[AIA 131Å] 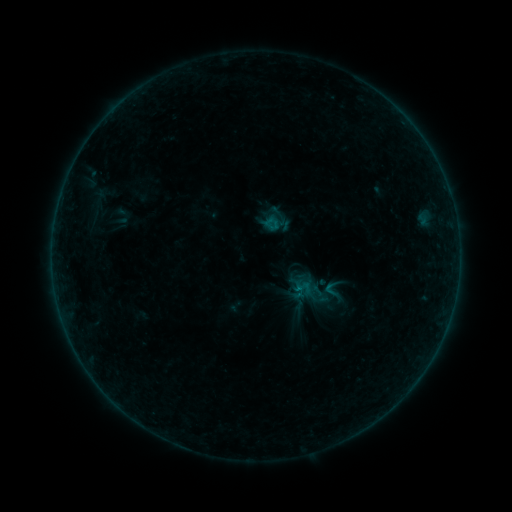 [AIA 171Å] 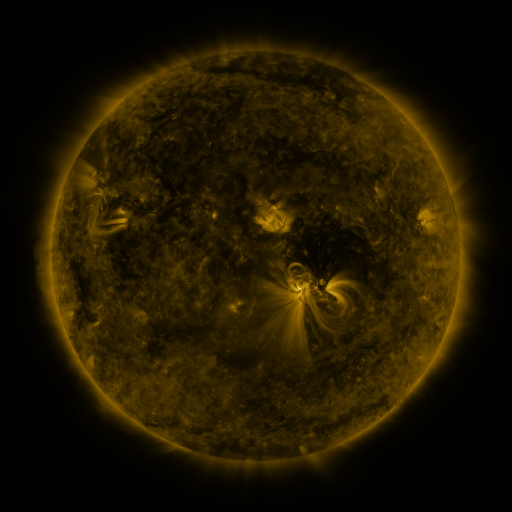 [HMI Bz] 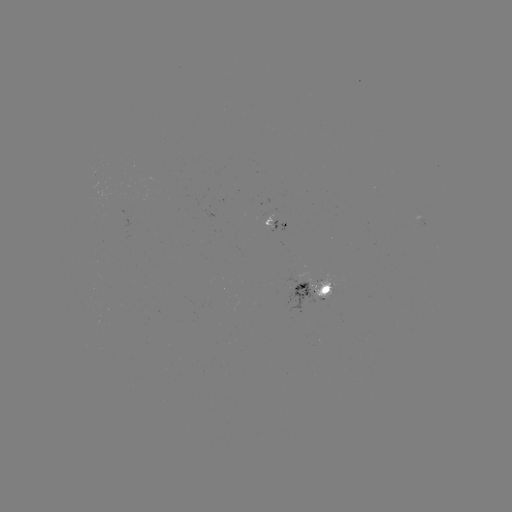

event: sigmoid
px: (331, 289)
